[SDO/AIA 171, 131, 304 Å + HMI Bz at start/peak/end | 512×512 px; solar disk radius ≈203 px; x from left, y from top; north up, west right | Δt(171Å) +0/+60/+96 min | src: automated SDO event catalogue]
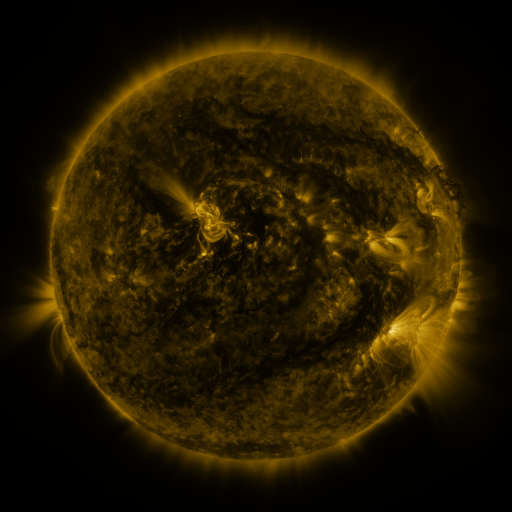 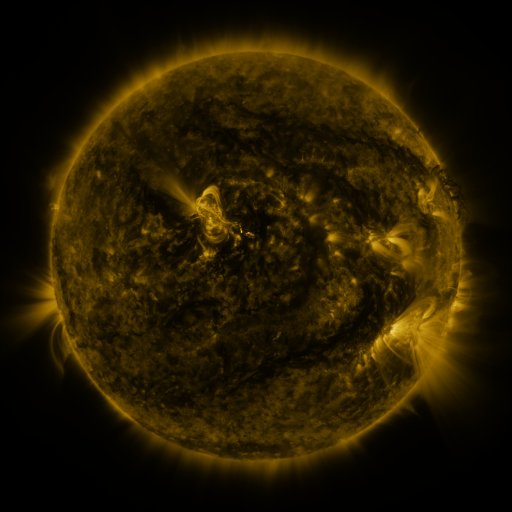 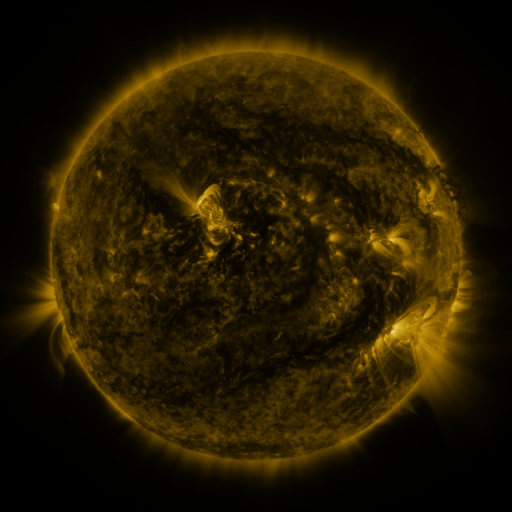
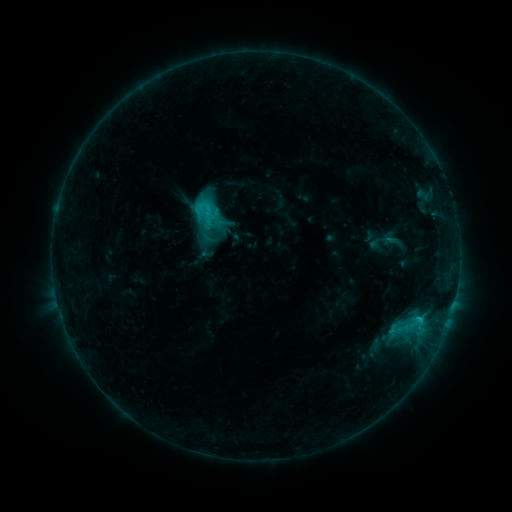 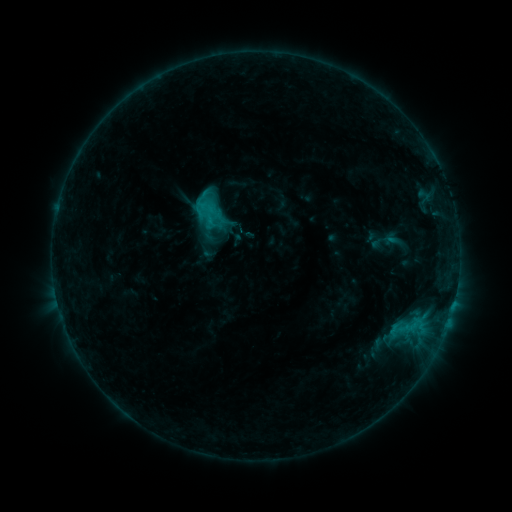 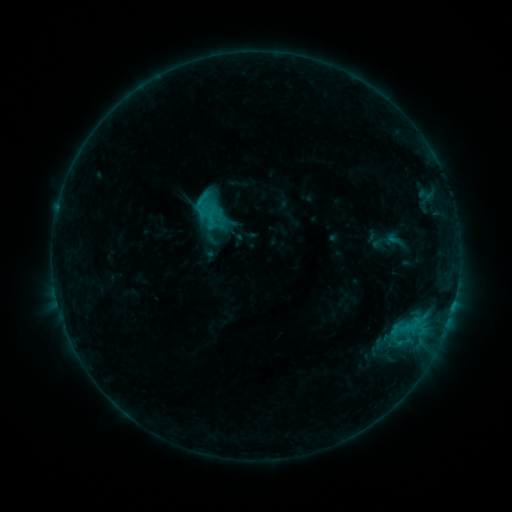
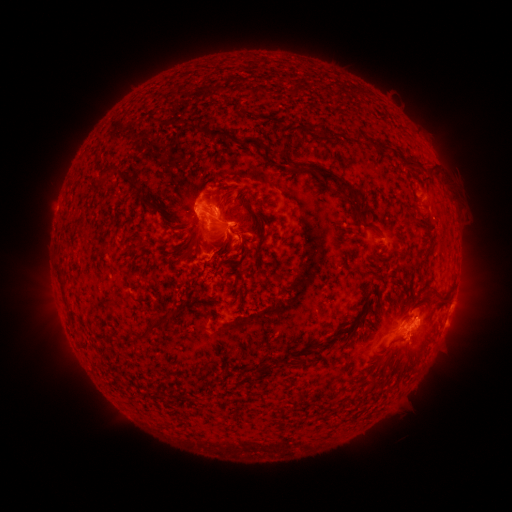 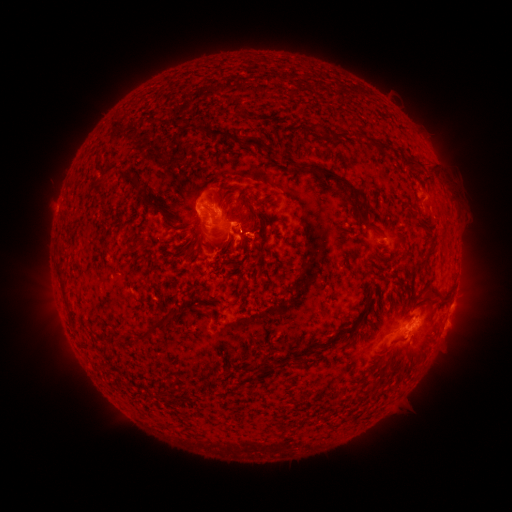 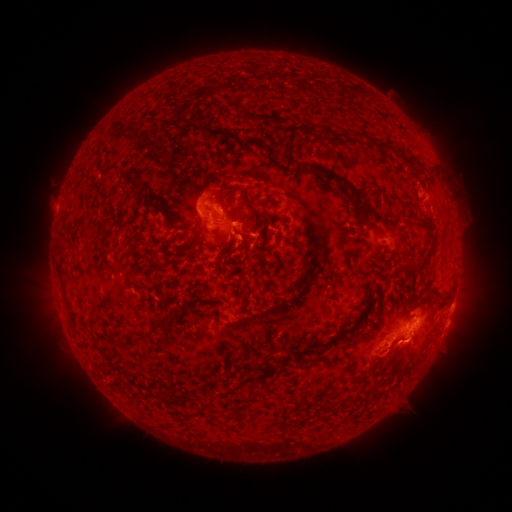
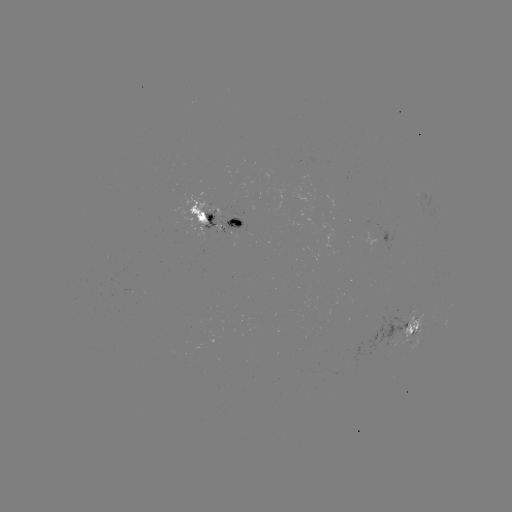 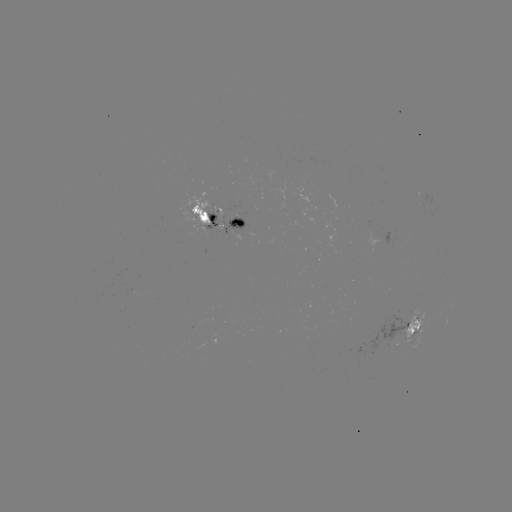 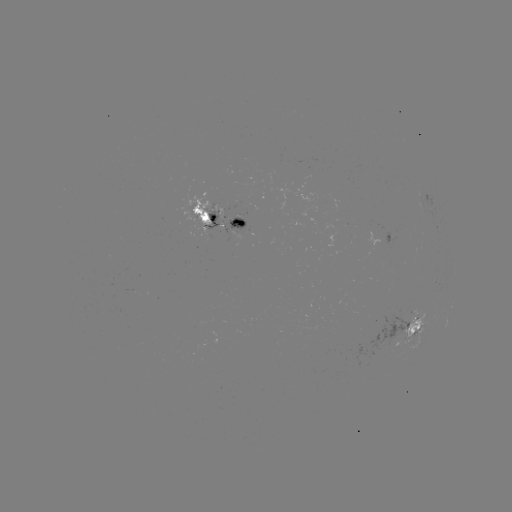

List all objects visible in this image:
emerging-flux region: (395, 325)
